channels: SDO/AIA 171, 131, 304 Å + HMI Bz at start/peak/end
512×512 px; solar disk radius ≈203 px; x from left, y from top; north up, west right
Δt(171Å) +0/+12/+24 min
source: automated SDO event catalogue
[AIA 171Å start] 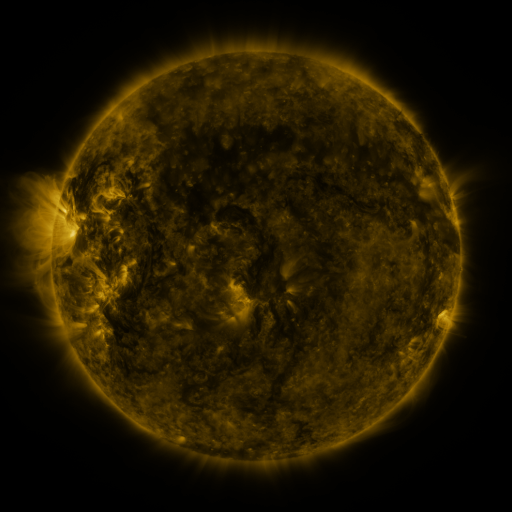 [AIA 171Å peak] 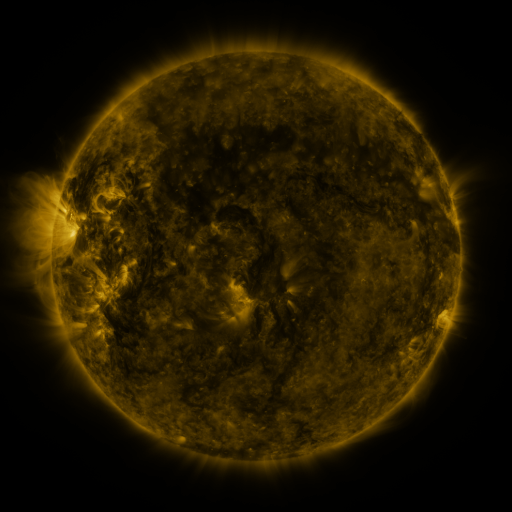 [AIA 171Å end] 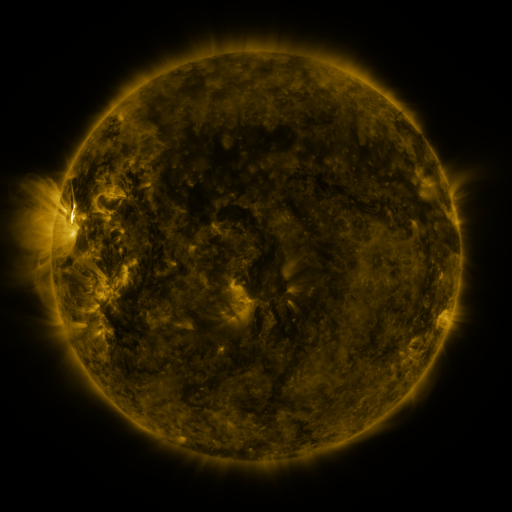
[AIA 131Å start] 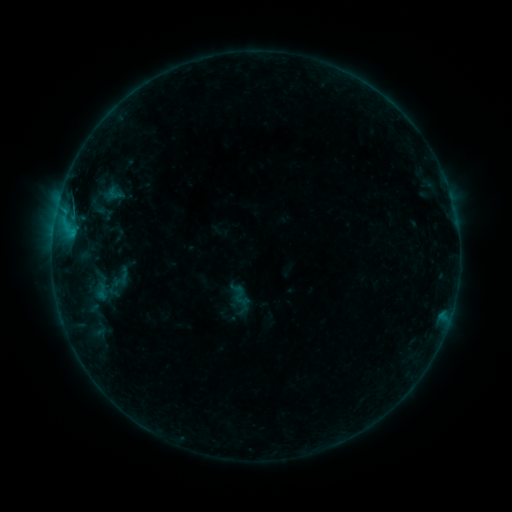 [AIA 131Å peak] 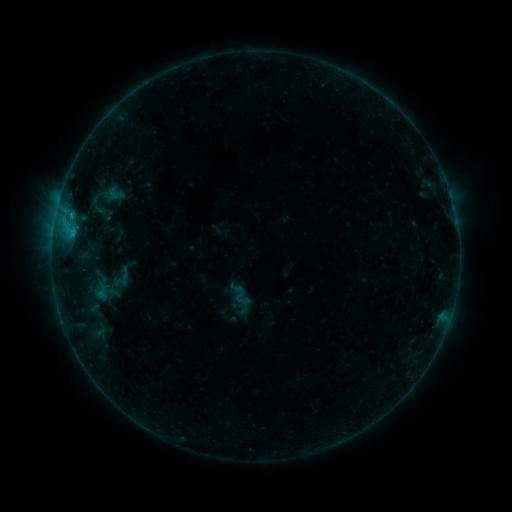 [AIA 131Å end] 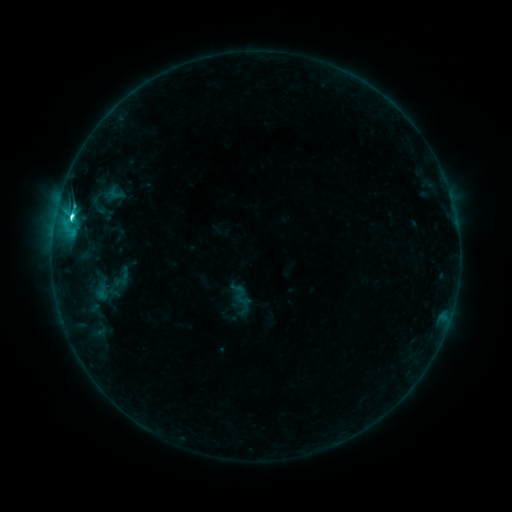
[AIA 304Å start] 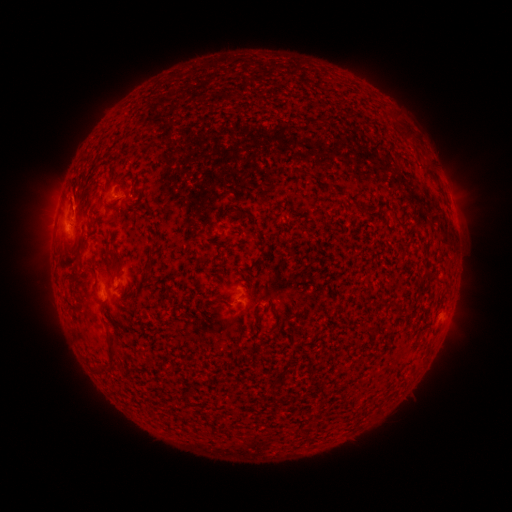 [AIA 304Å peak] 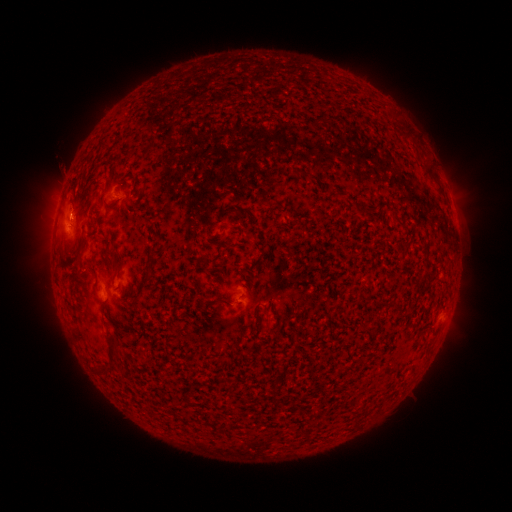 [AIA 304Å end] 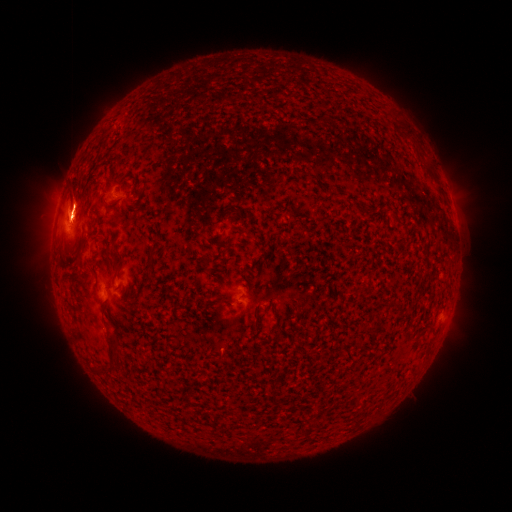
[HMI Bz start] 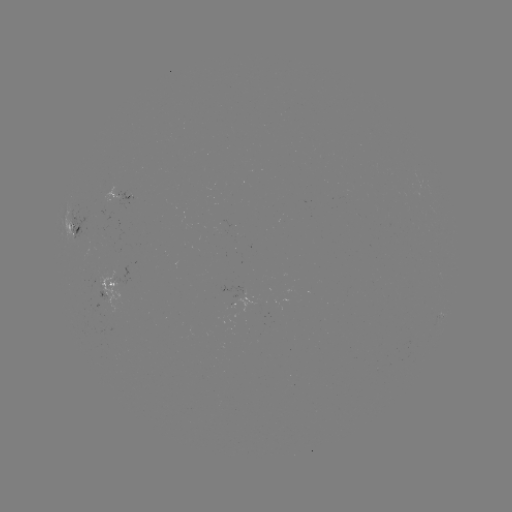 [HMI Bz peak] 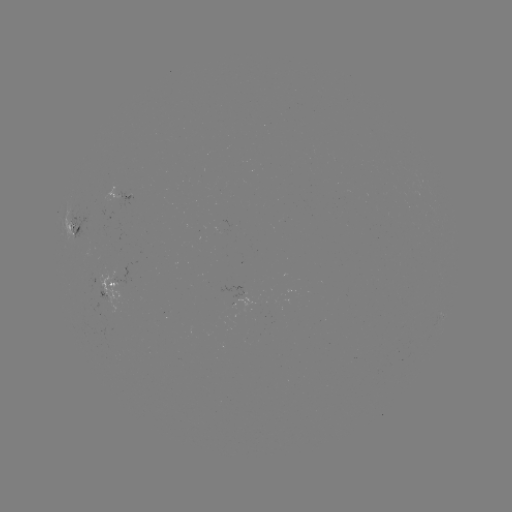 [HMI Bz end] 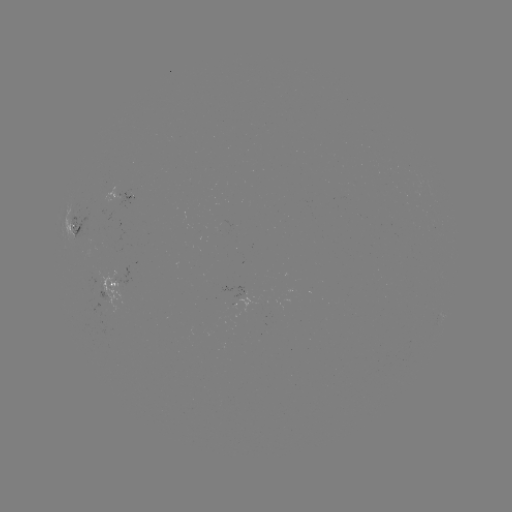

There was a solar eruption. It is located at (70, 199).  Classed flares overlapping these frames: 1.